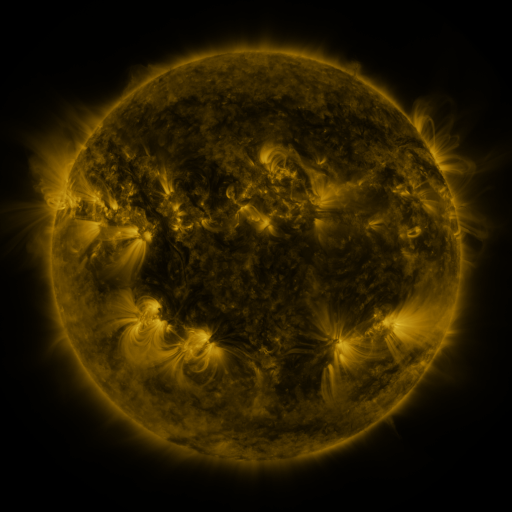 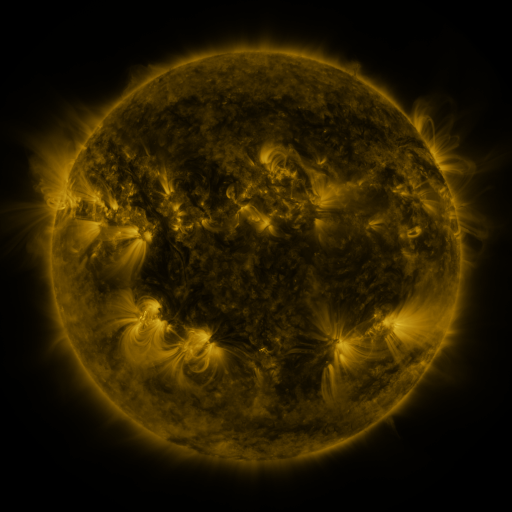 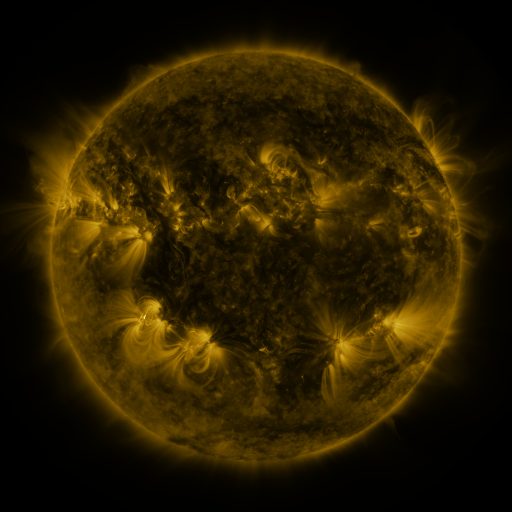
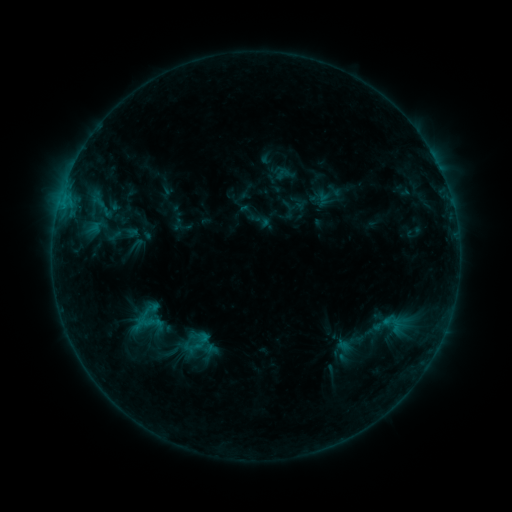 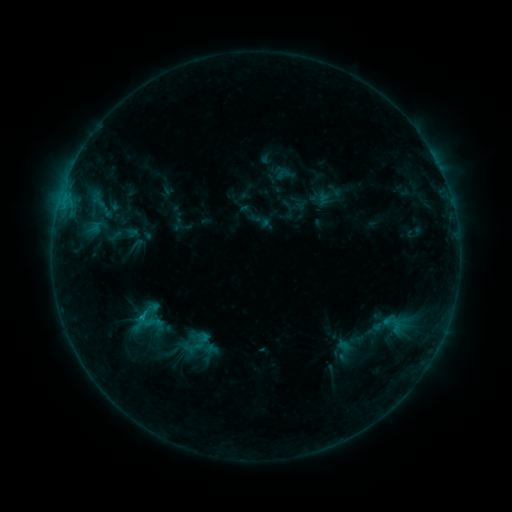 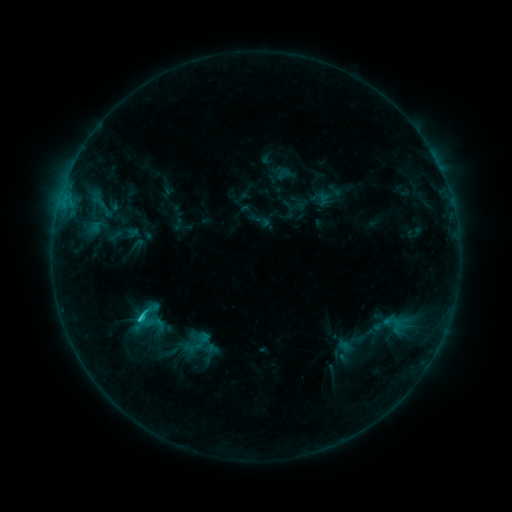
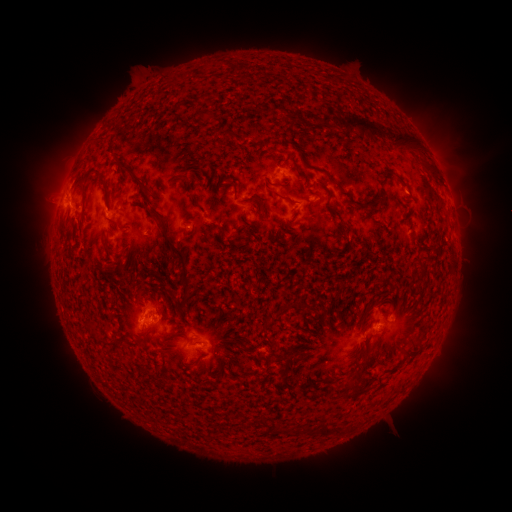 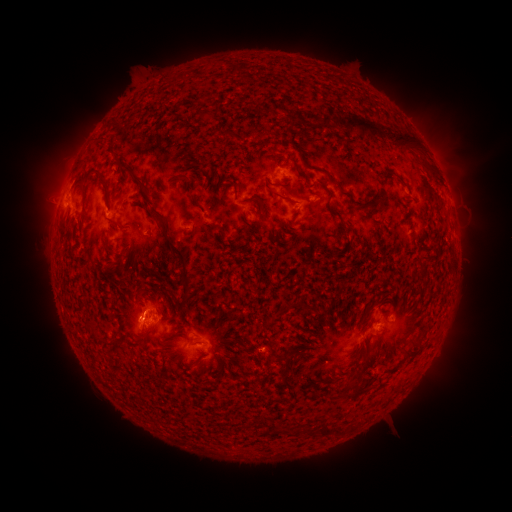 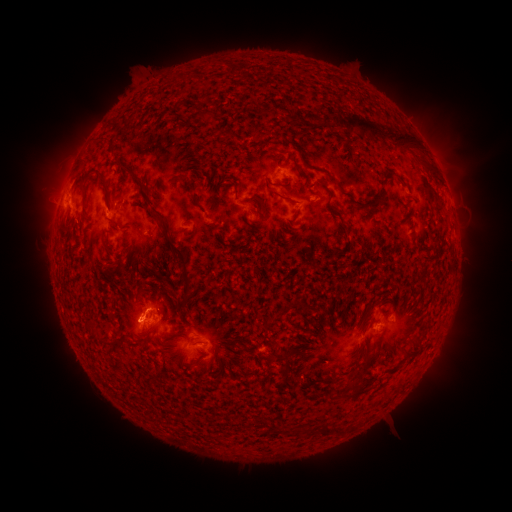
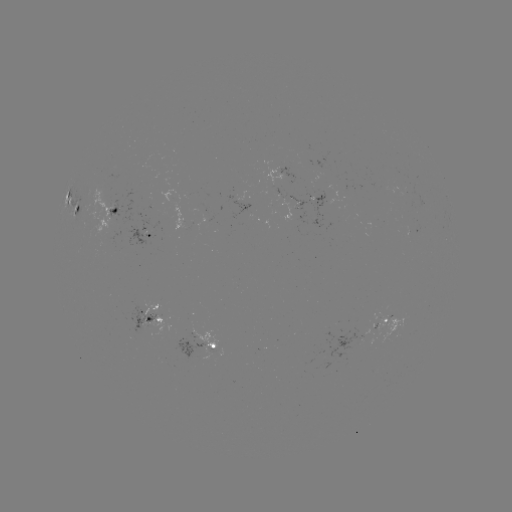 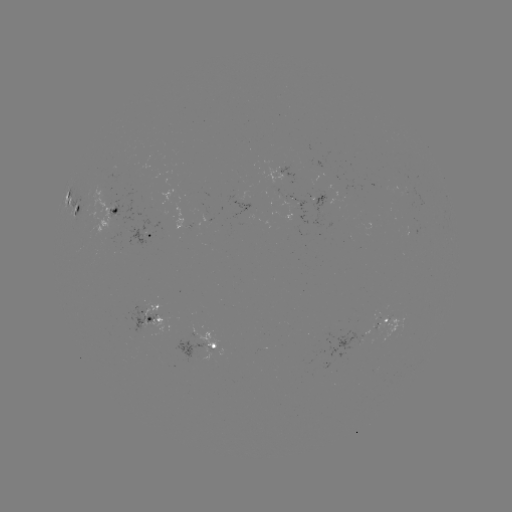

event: flare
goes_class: C2.1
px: (386, 321)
